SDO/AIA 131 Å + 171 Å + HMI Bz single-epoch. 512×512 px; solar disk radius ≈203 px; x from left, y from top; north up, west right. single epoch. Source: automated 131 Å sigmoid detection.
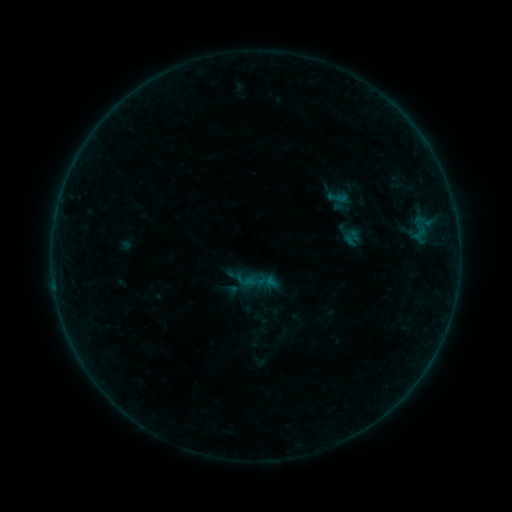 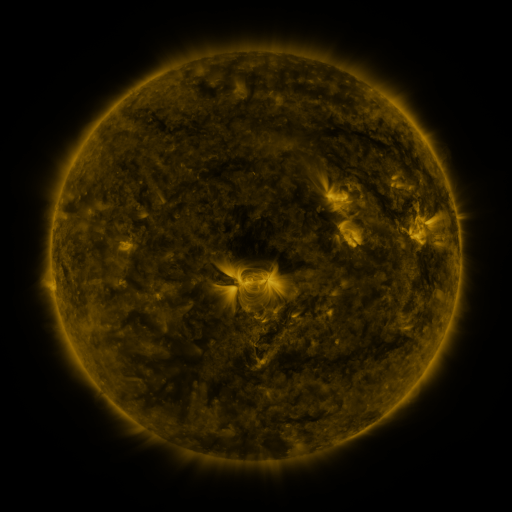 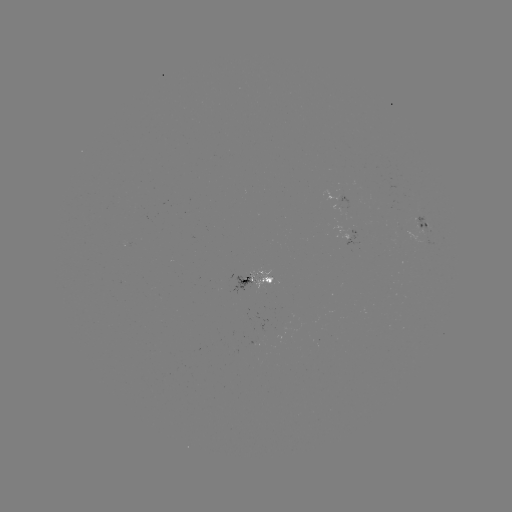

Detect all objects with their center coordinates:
sigmoid: (341, 228, 361, 247)
sigmoid: (257, 270, 279, 292)
